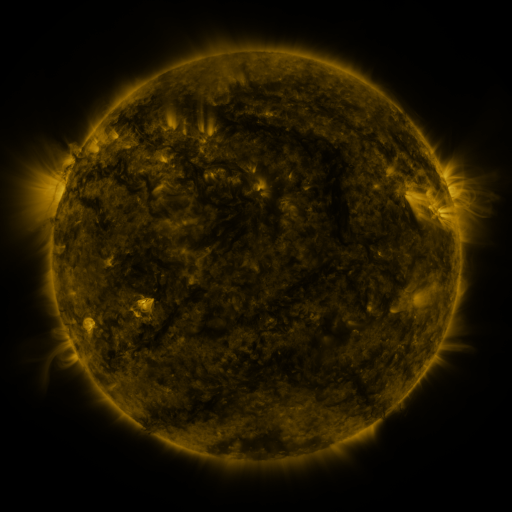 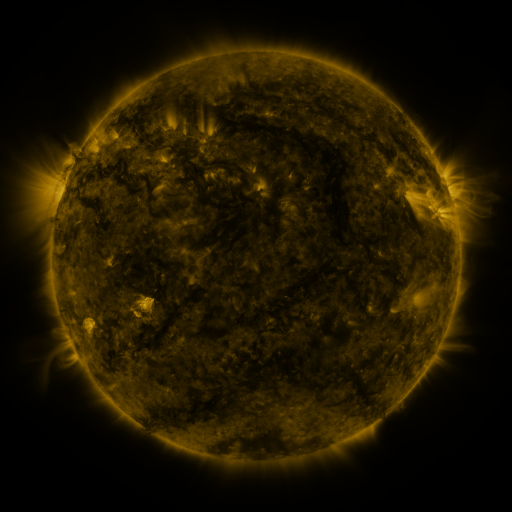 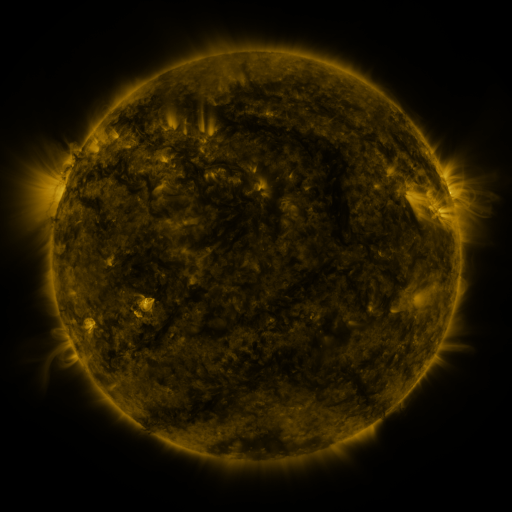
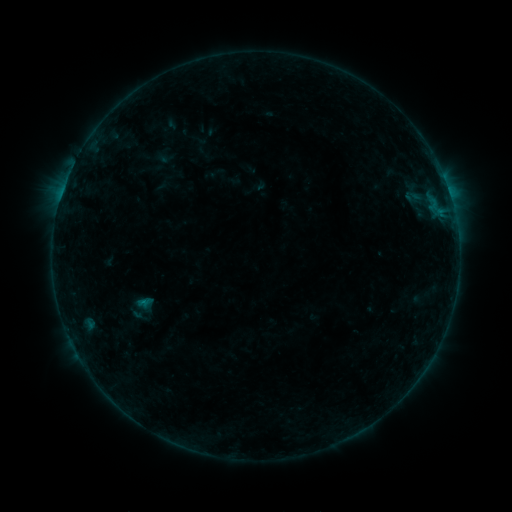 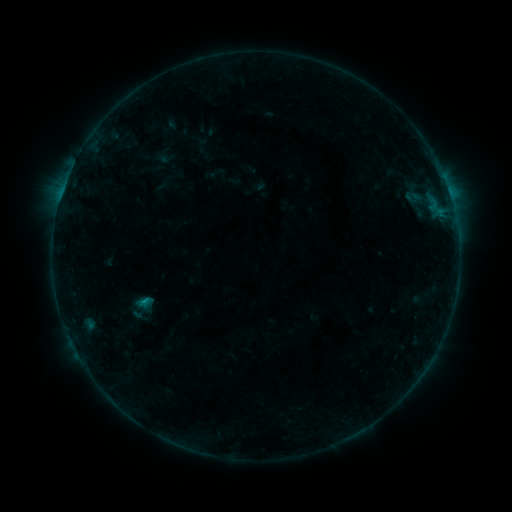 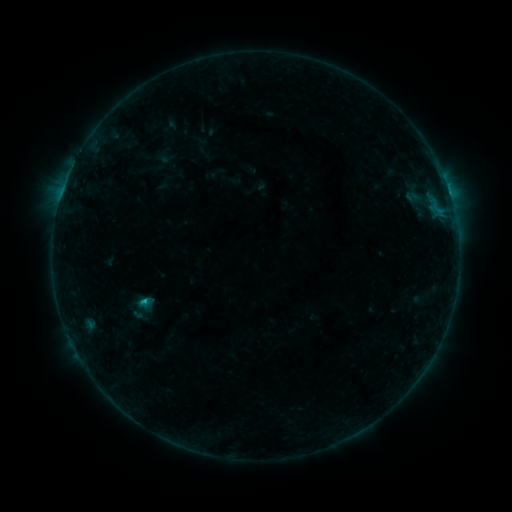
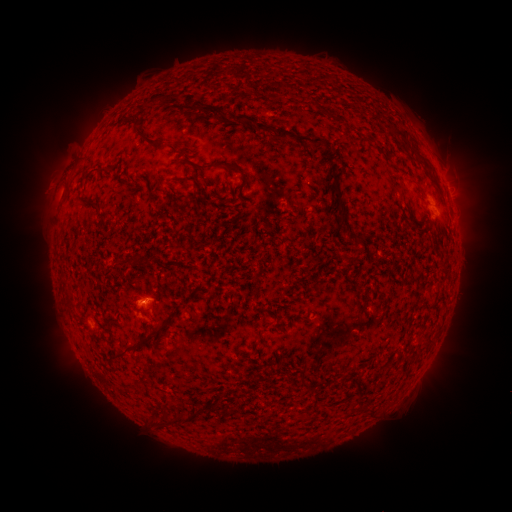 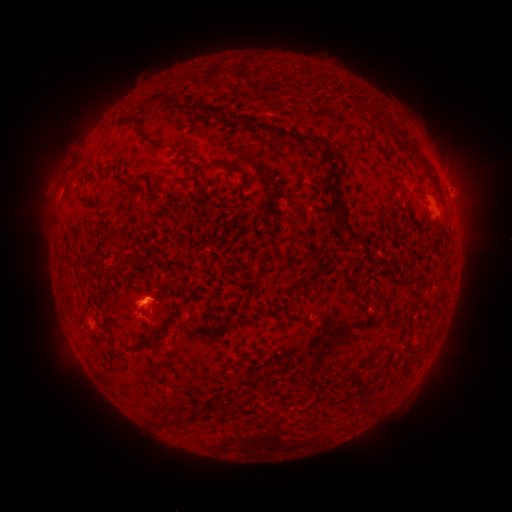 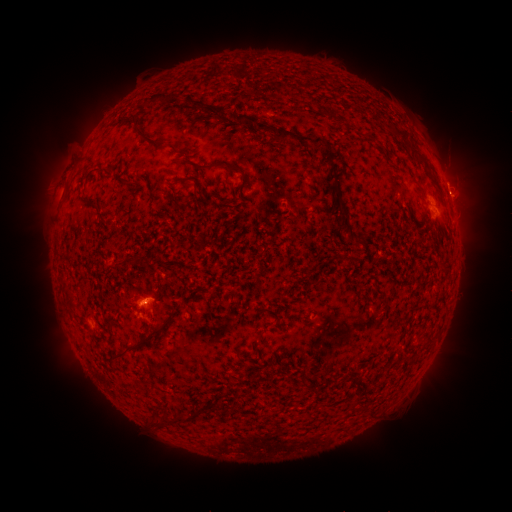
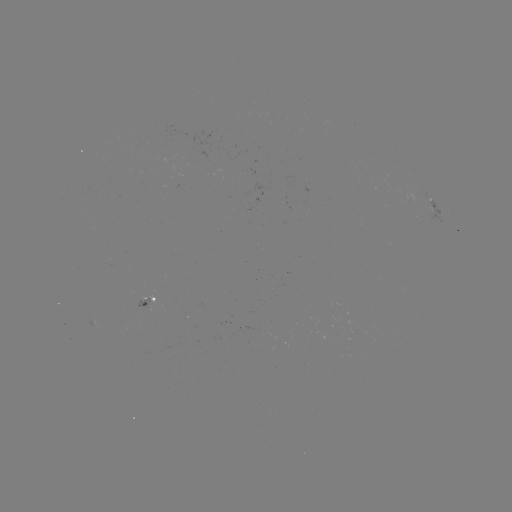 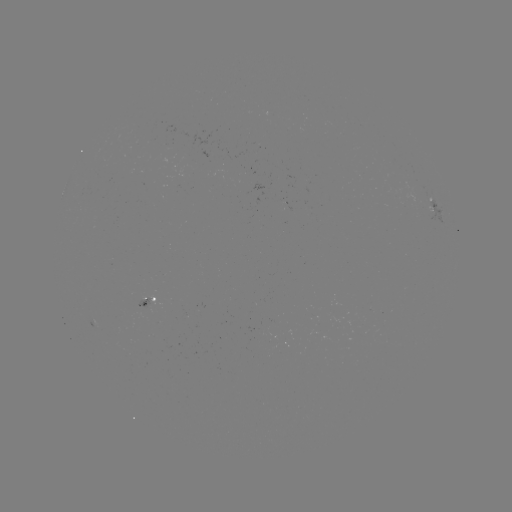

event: flare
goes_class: B9.3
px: (147, 300)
